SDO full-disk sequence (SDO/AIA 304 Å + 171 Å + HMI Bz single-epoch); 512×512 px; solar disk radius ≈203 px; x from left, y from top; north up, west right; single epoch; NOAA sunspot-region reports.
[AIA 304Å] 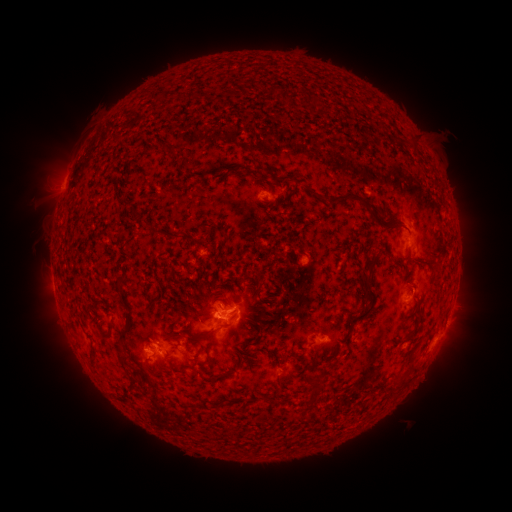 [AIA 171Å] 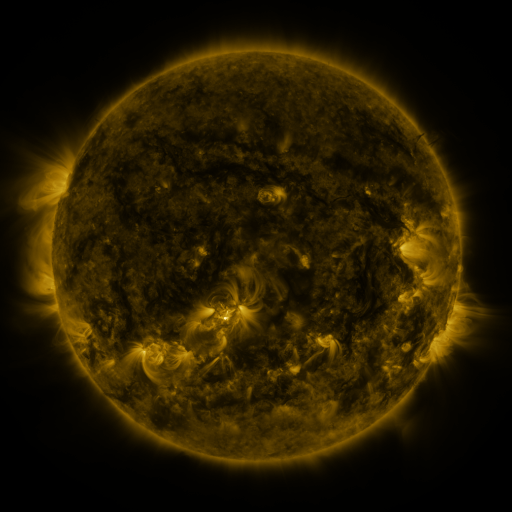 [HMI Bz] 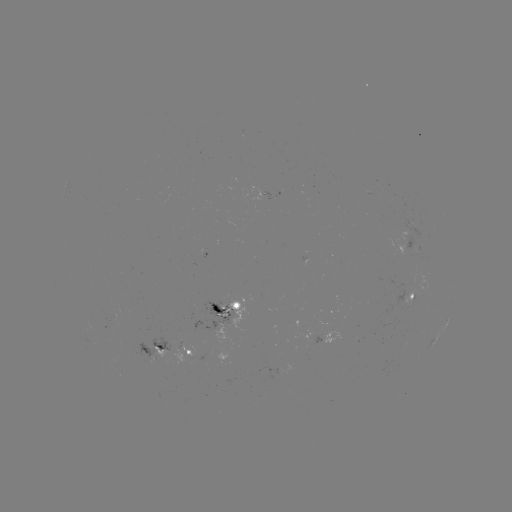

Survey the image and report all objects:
spotted active region: (278, 196)
spotted active region: (412, 297)
spotted active region: (227, 308)
spotted active region: (328, 337)
spotted active region: (435, 340)
spotted active region: (155, 348)
spotted active region: (188, 353)
